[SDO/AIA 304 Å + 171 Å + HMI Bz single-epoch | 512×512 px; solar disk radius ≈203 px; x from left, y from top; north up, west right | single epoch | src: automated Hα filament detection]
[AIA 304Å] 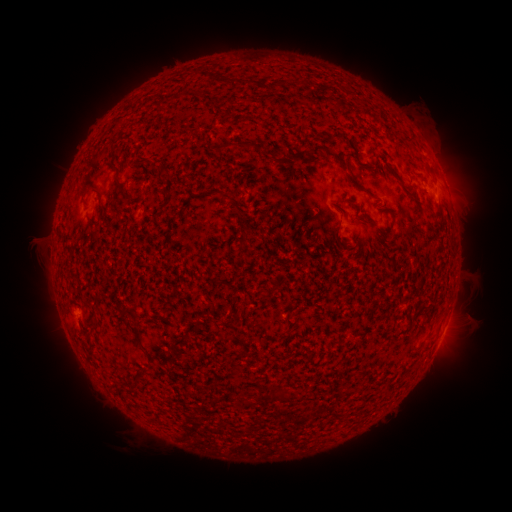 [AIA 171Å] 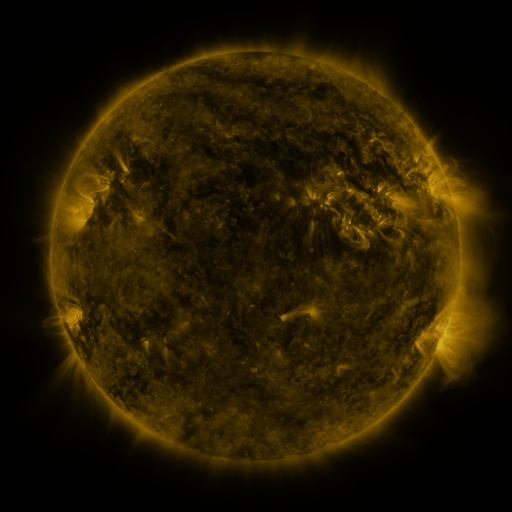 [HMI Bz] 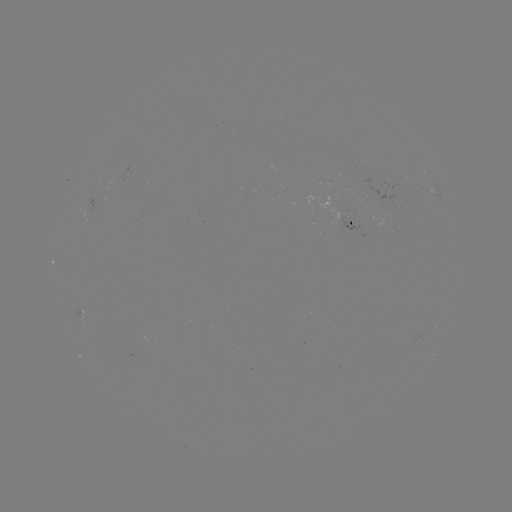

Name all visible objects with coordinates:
filament: [215, 75, 231, 84]
filament: [155, 100, 164, 112]
filament: [210, 141, 249, 152]
filament: [311, 144, 349, 172]
filament: [109, 146, 117, 158]
filament: [292, 151, 306, 162]
filament: [151, 162, 164, 170]
filament: [391, 169, 404, 185]
filament: [159, 171, 170, 179]
filament: [347, 175, 358, 189]
filament: [113, 177, 129, 197]
filament: [80, 184, 96, 197]
filament: [219, 194, 225, 205]
filament: [337, 198, 356, 209]
filament: [229, 200, 244, 216]
filament: [97, 202, 106, 221]
filament: [357, 214, 375, 225]
filament: [143, 221, 151, 231]
filament: [240, 229, 253, 250]
filament: [335, 234, 351, 251]
filament: [410, 304, 430, 322]
filament: [89, 322, 98, 331]
filament: [414, 342, 424, 353]
filament: [273, 389, 297, 406]
